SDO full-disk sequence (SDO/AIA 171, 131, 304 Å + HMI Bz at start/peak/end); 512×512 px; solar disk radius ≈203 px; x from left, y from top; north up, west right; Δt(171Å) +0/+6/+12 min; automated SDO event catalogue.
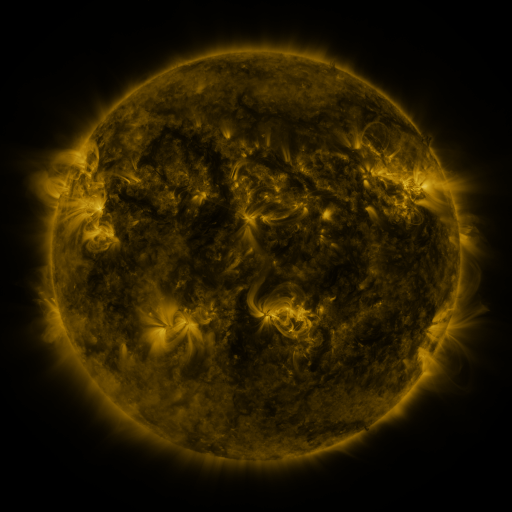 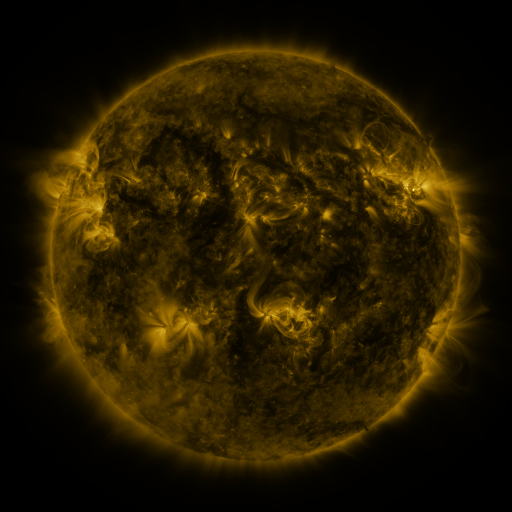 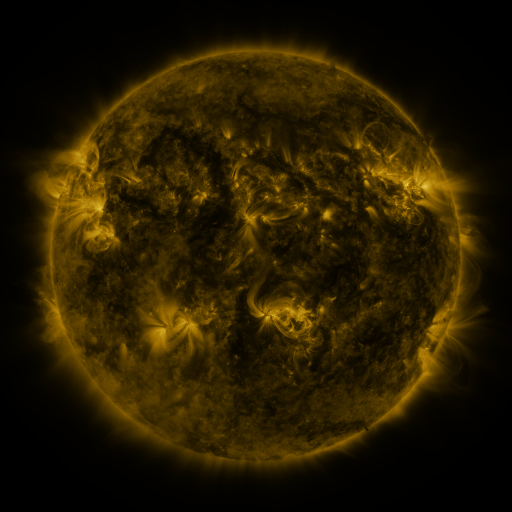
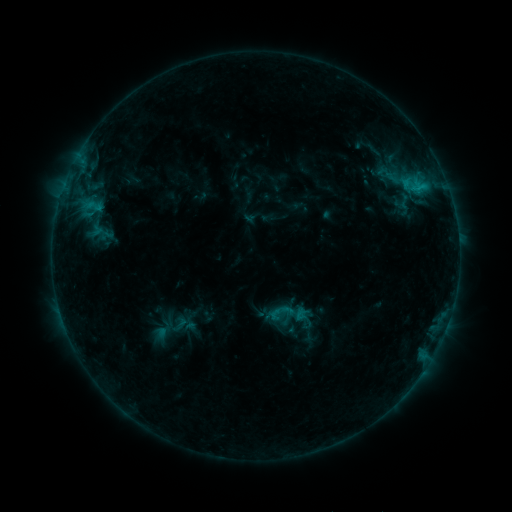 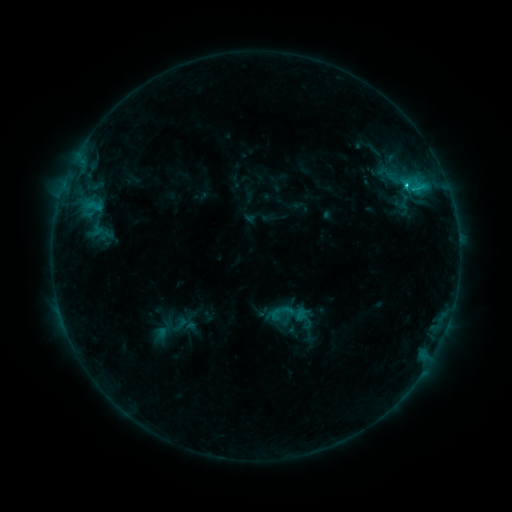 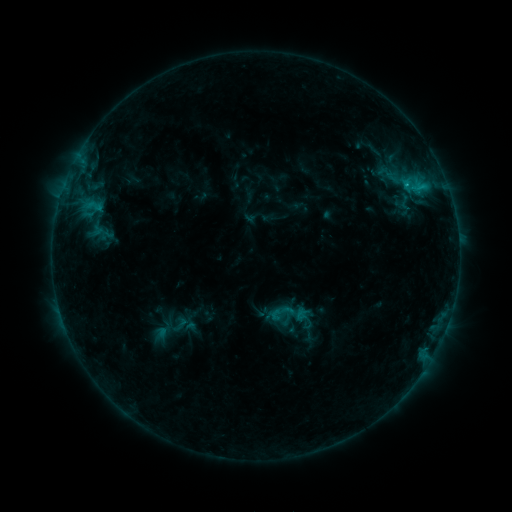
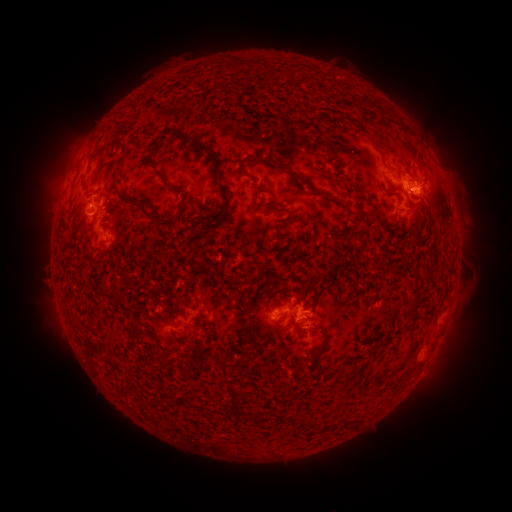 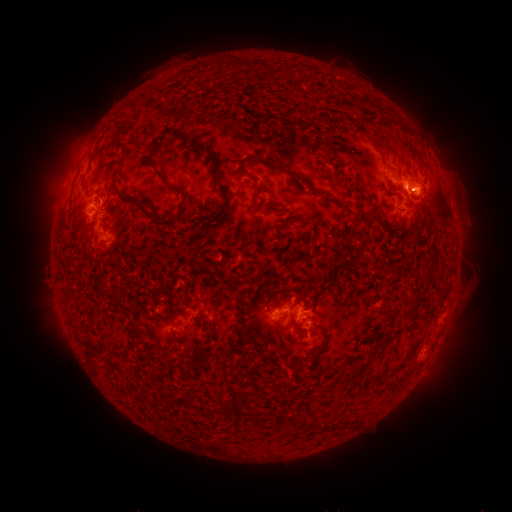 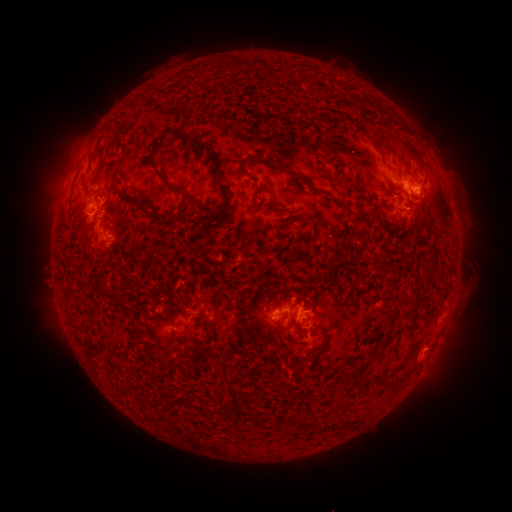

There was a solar flare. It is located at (406, 189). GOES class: C1.7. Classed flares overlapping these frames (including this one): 1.